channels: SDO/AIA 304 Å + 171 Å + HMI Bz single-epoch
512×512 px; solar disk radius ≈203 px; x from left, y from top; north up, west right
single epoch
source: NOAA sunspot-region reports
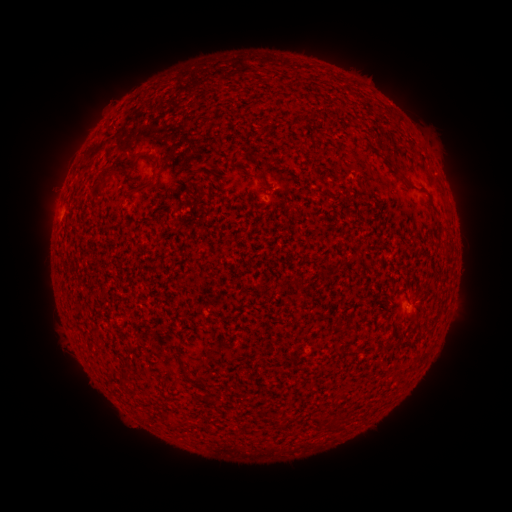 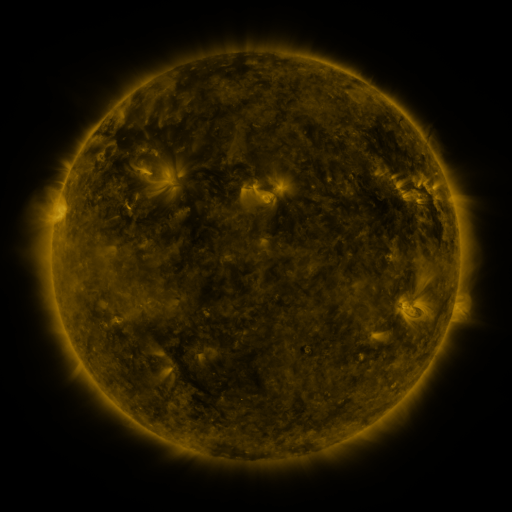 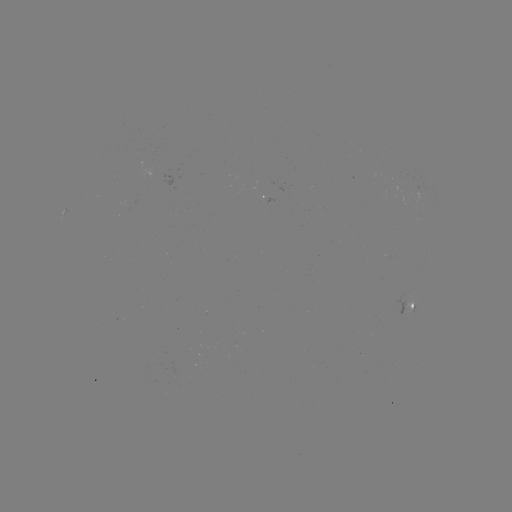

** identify spotted active region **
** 403,333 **